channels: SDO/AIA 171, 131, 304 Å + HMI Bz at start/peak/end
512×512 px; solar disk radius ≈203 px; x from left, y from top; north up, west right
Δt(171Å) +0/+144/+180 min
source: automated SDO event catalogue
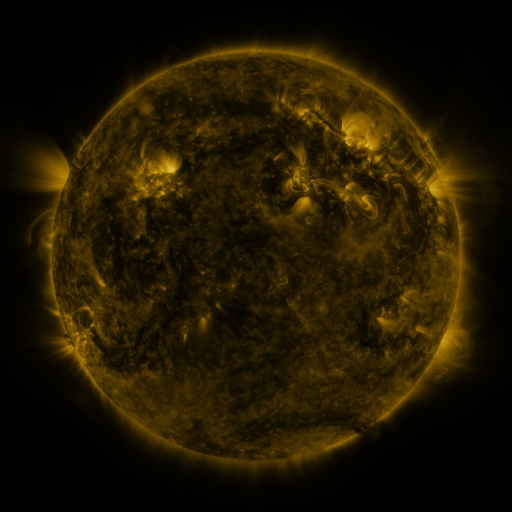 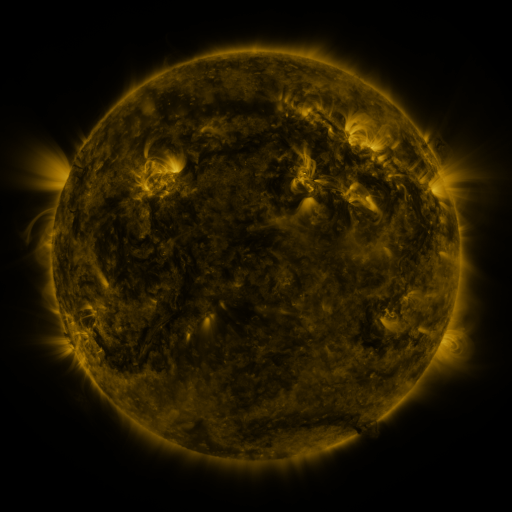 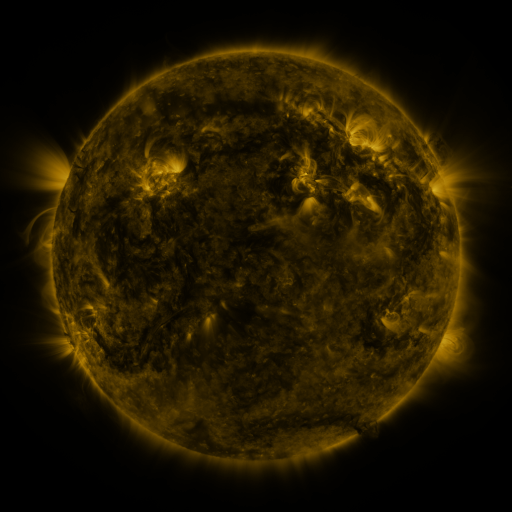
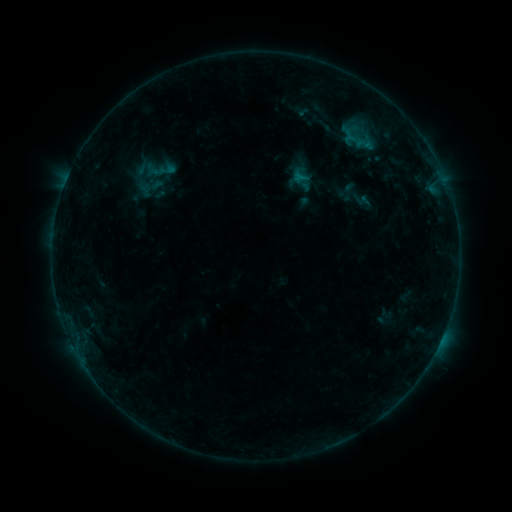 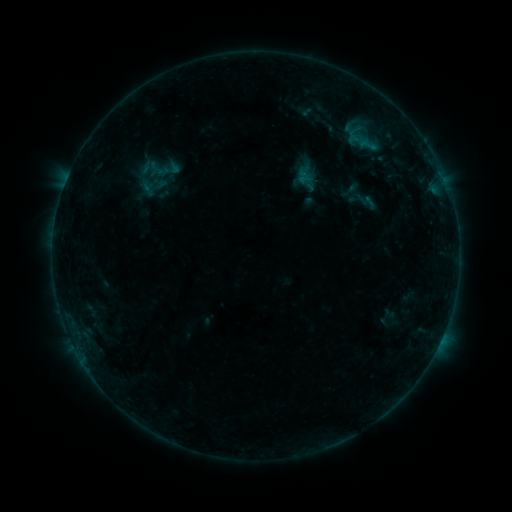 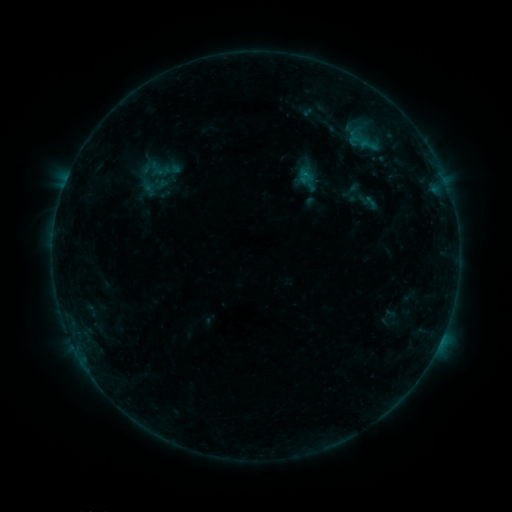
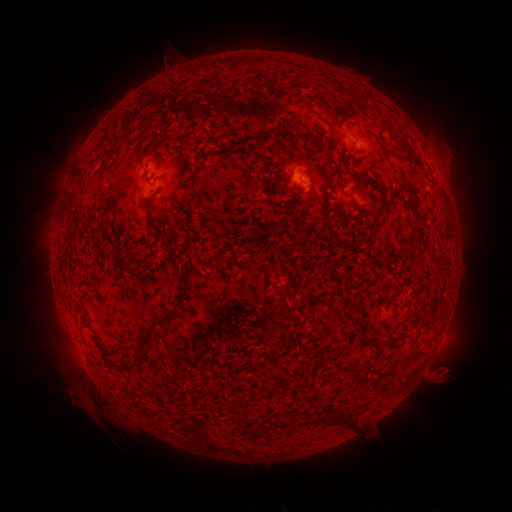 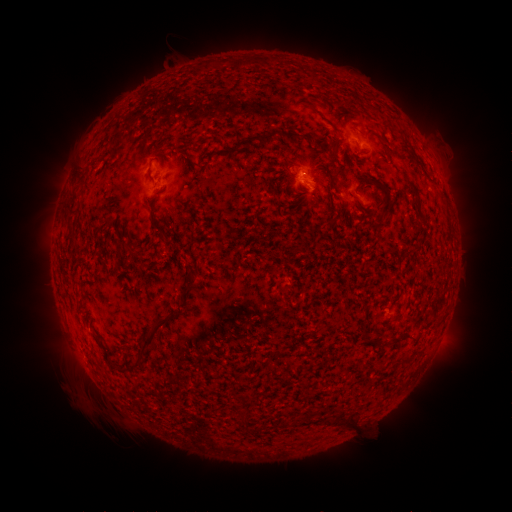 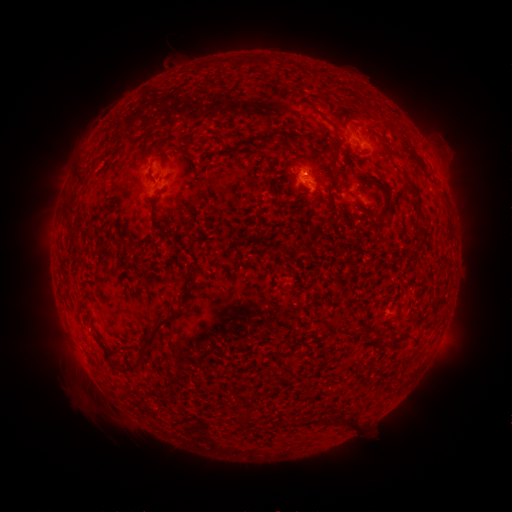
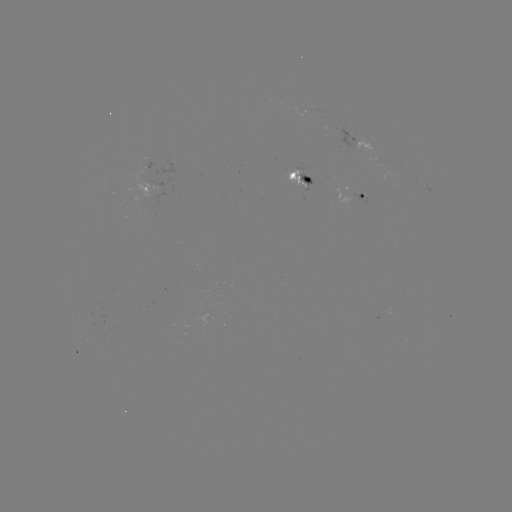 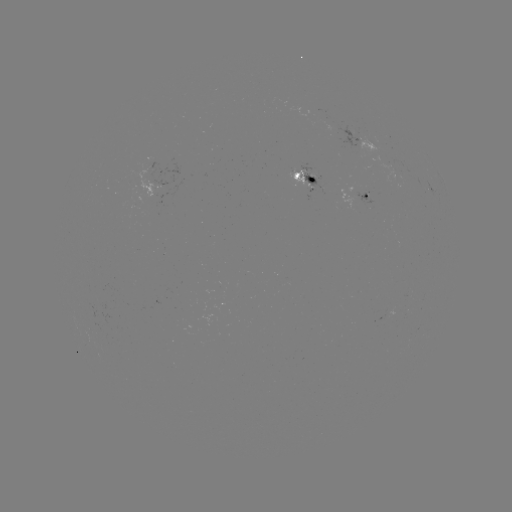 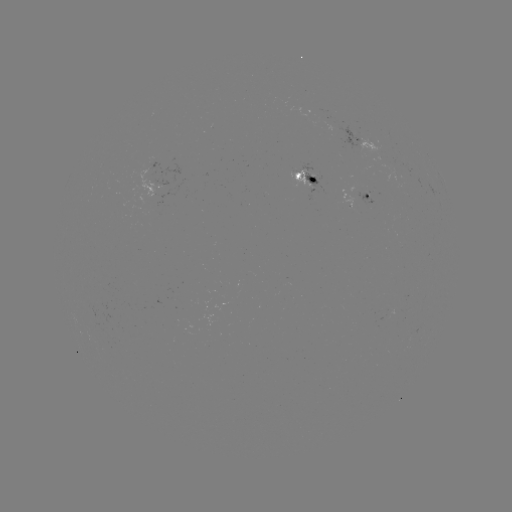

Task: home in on emerging-flux region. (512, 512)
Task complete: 331,124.